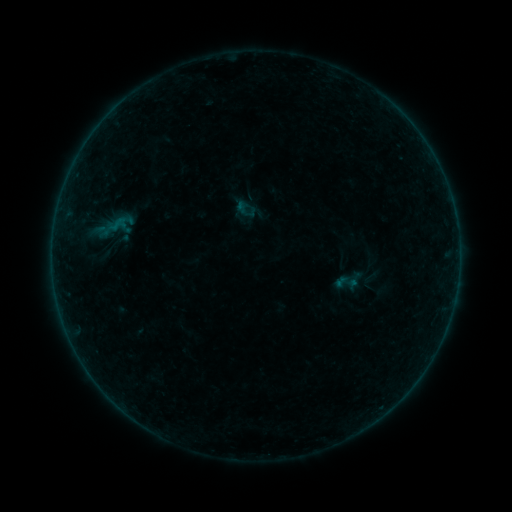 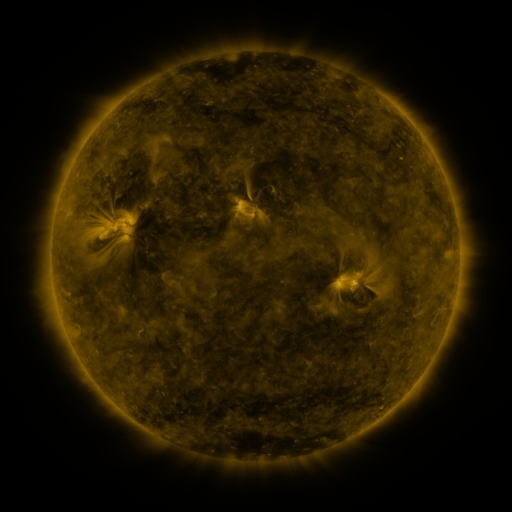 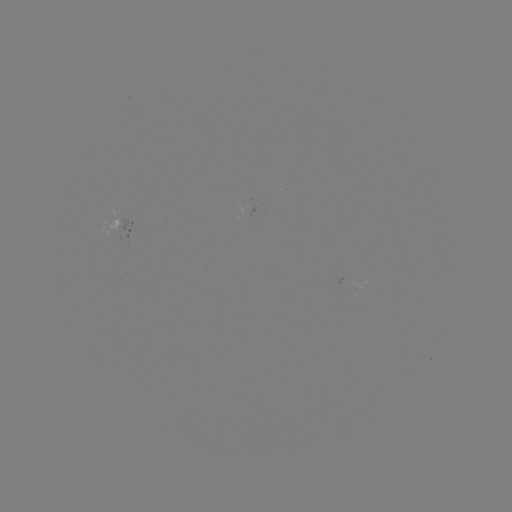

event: sigmoid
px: (347, 283)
